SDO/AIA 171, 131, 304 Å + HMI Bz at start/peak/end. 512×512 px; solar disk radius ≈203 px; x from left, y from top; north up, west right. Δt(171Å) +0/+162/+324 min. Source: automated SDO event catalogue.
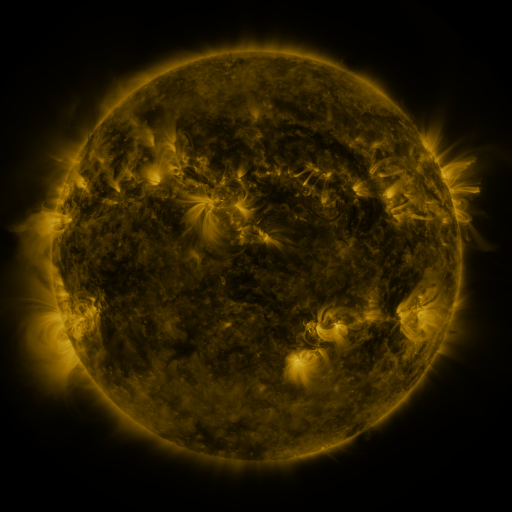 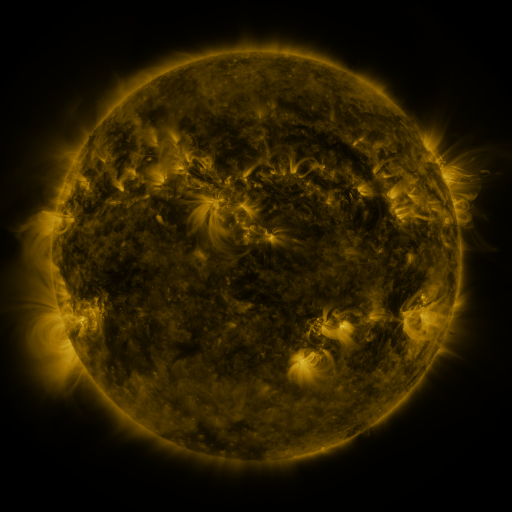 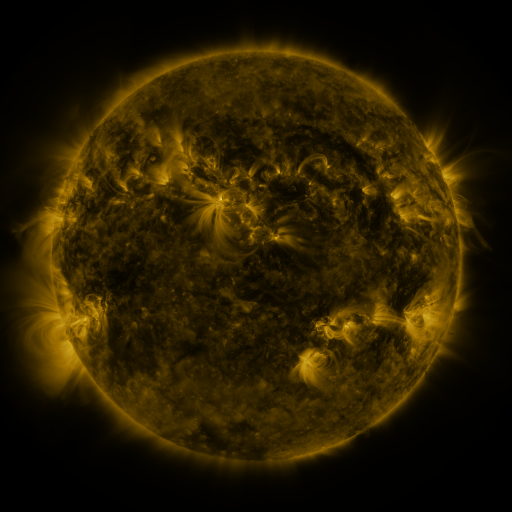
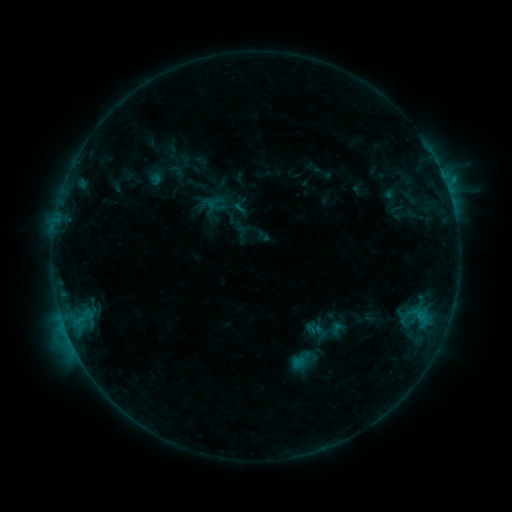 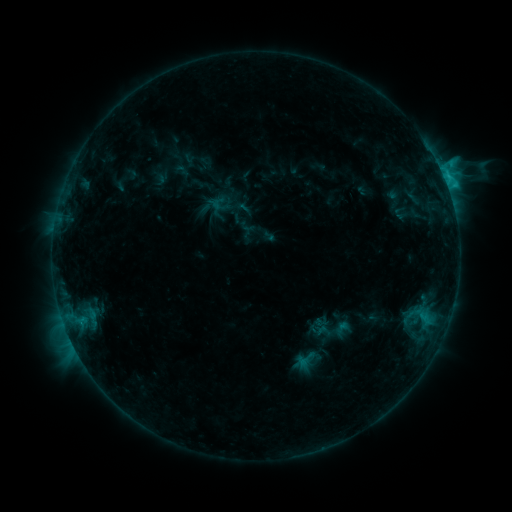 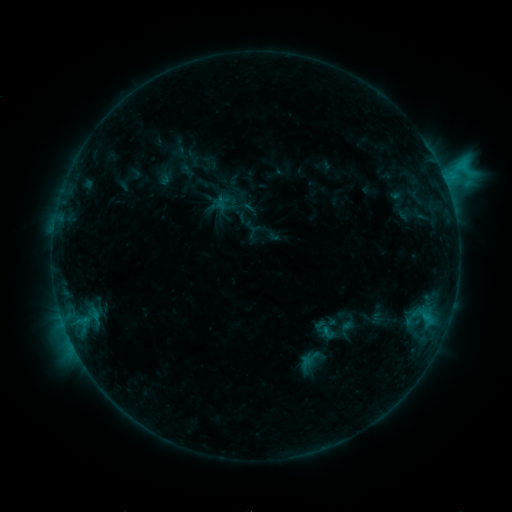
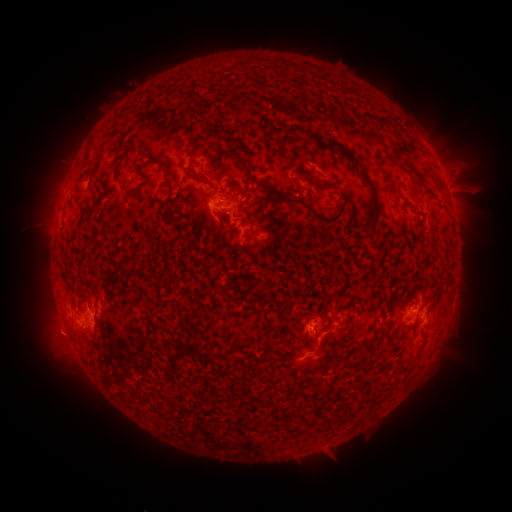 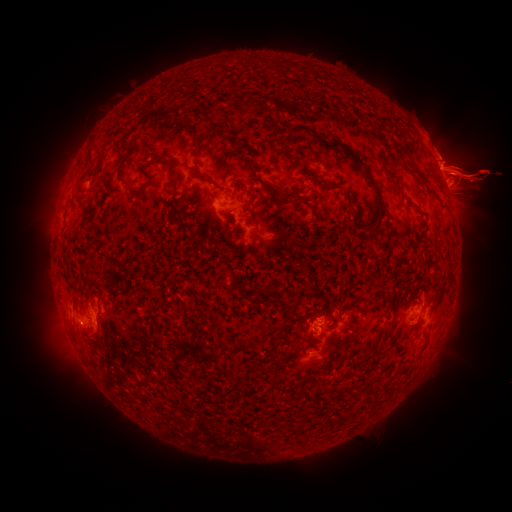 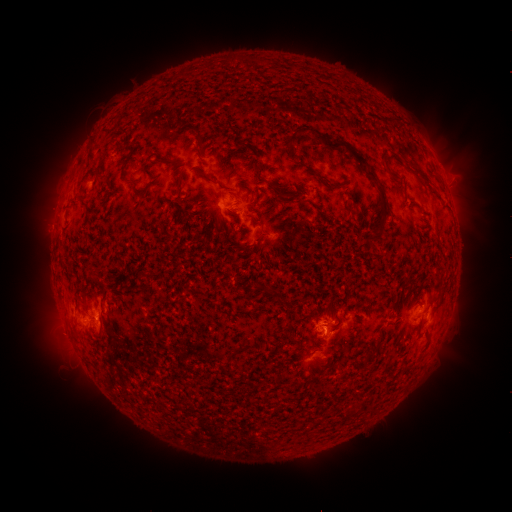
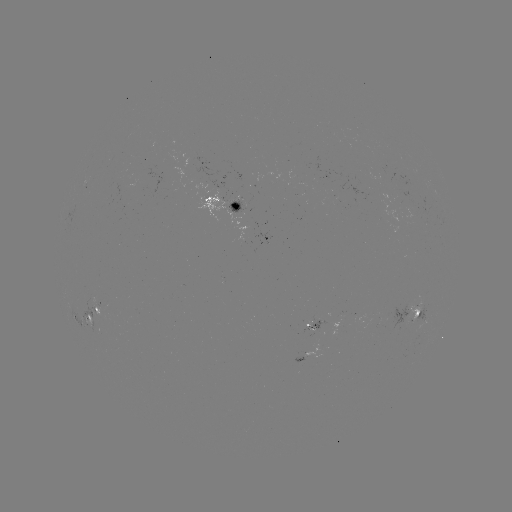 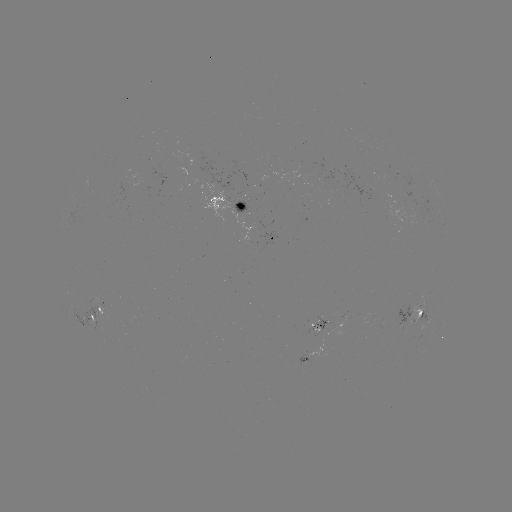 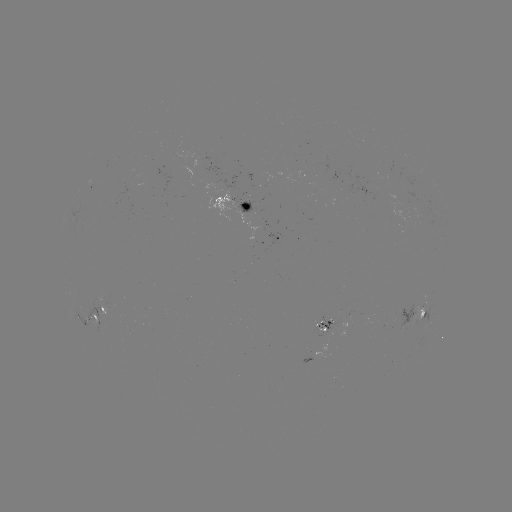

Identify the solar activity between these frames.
filament eruption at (354, 267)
